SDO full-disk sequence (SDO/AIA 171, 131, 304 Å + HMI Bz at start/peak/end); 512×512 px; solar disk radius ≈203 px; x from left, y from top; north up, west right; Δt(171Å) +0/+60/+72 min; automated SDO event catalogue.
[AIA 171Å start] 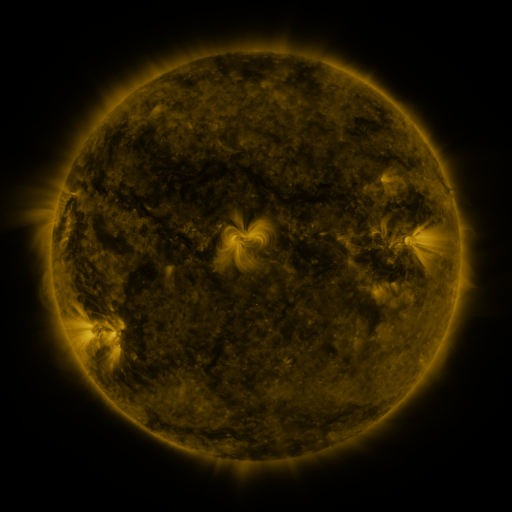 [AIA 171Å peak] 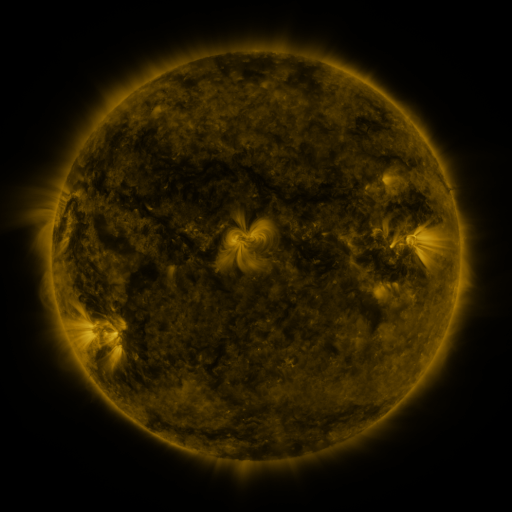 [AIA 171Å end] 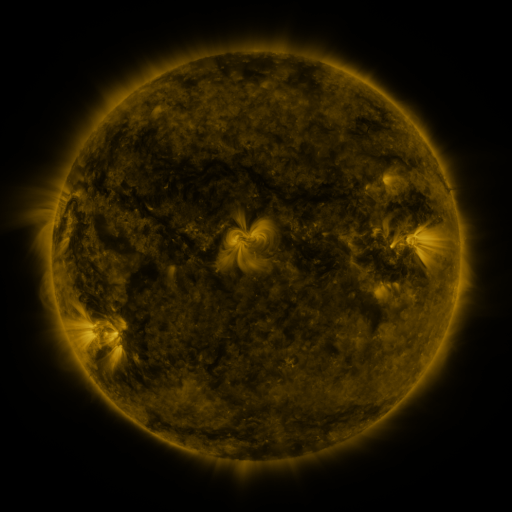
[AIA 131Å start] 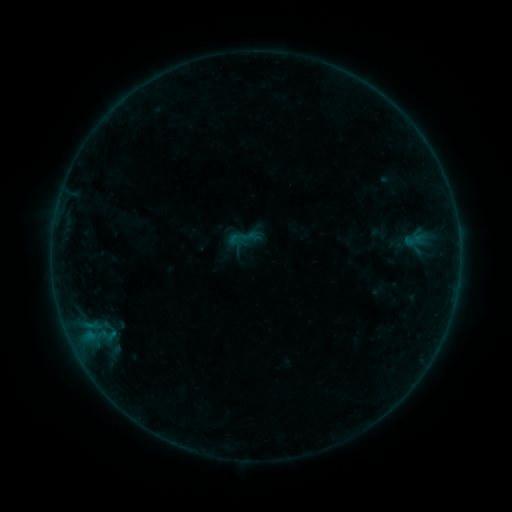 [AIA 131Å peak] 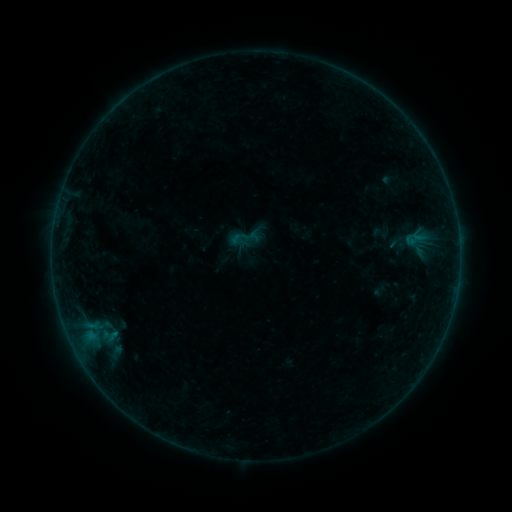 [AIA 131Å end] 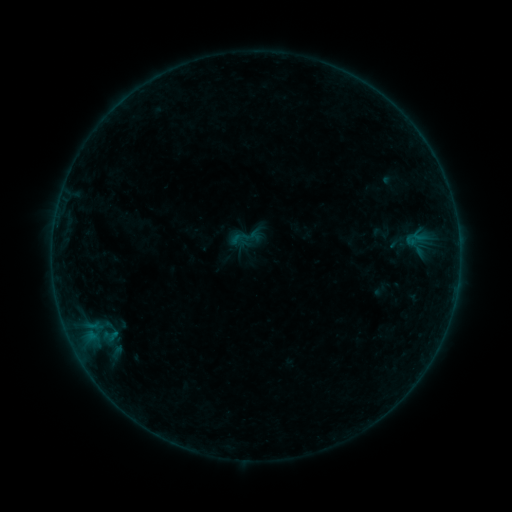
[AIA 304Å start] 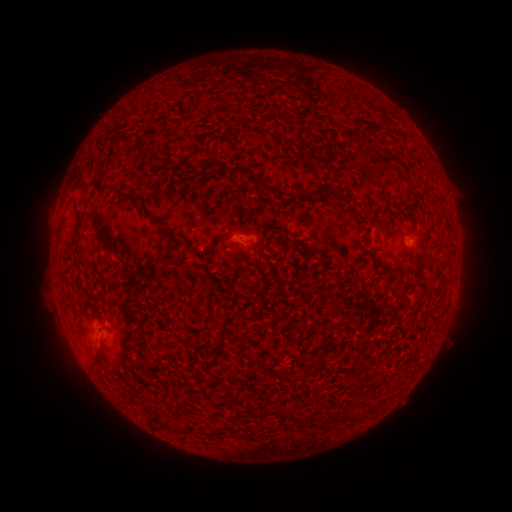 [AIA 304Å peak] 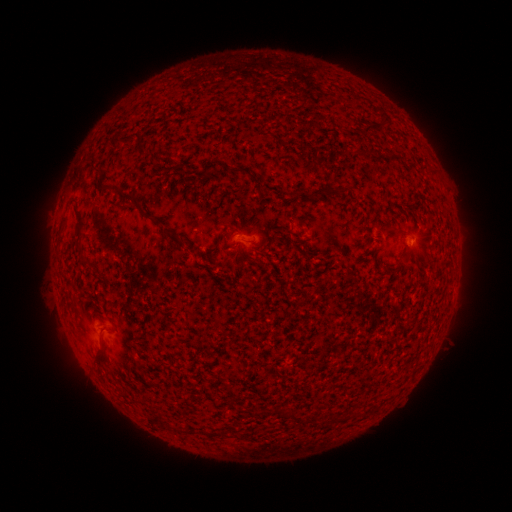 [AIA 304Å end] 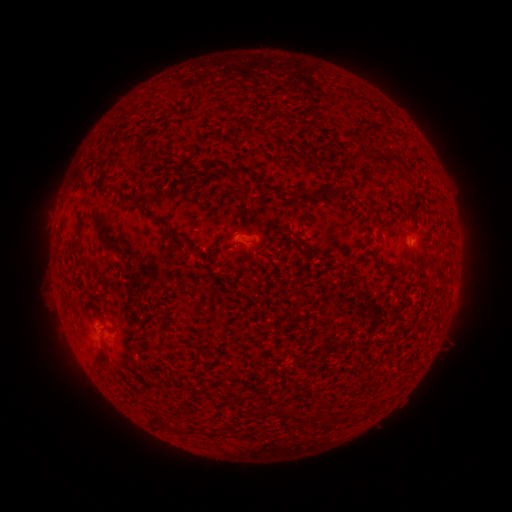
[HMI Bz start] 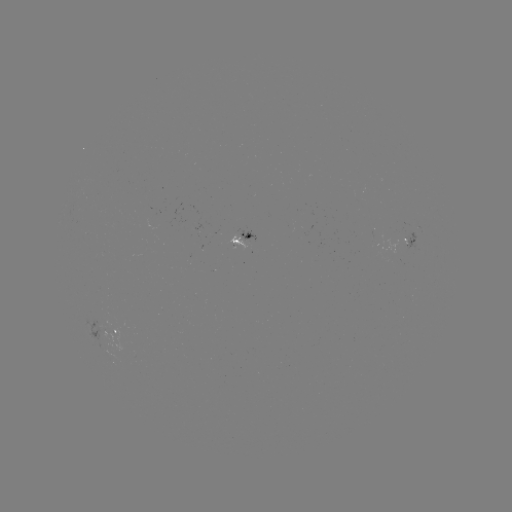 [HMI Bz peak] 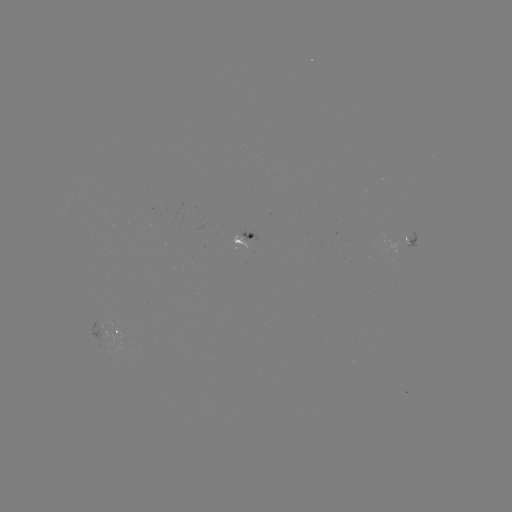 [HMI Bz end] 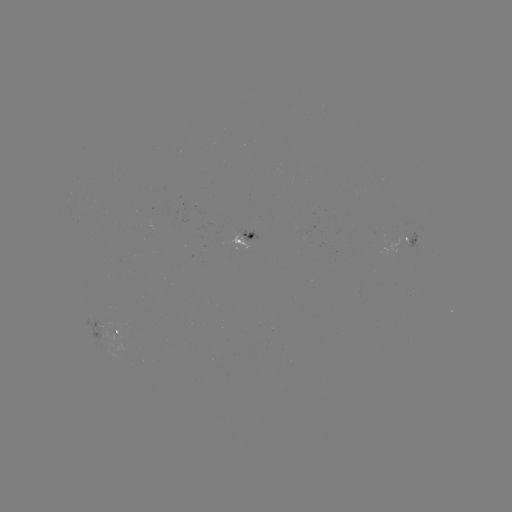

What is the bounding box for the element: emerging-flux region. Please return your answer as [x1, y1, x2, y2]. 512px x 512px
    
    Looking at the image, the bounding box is [87, 317, 114, 342].